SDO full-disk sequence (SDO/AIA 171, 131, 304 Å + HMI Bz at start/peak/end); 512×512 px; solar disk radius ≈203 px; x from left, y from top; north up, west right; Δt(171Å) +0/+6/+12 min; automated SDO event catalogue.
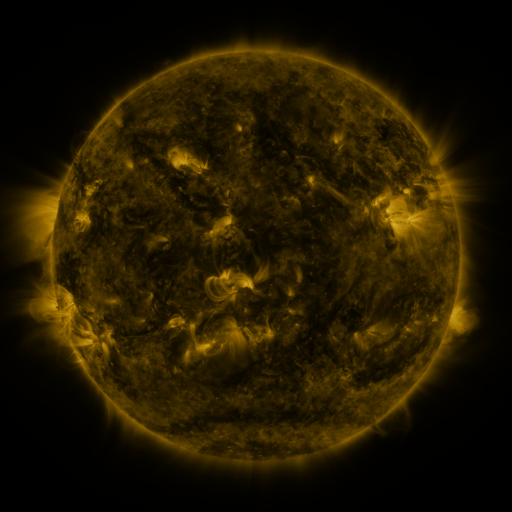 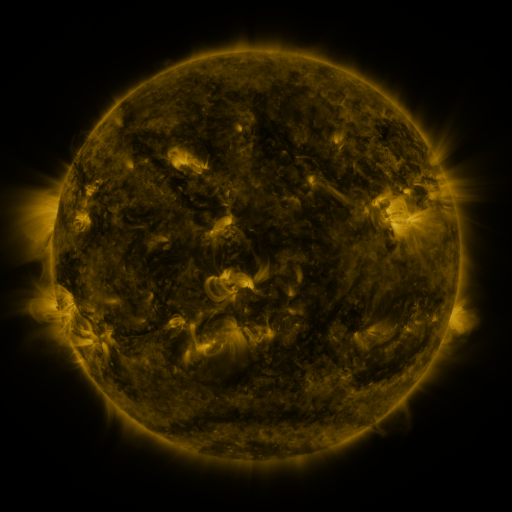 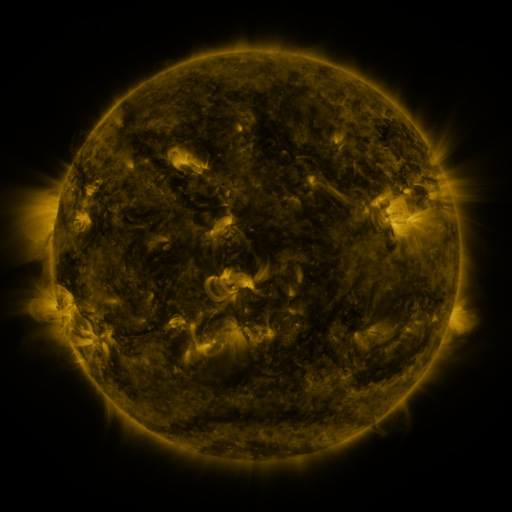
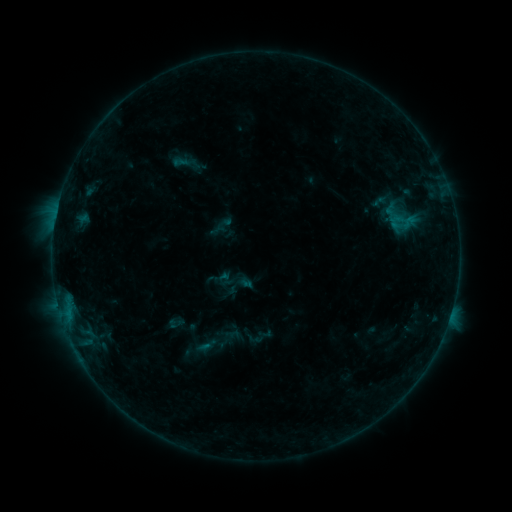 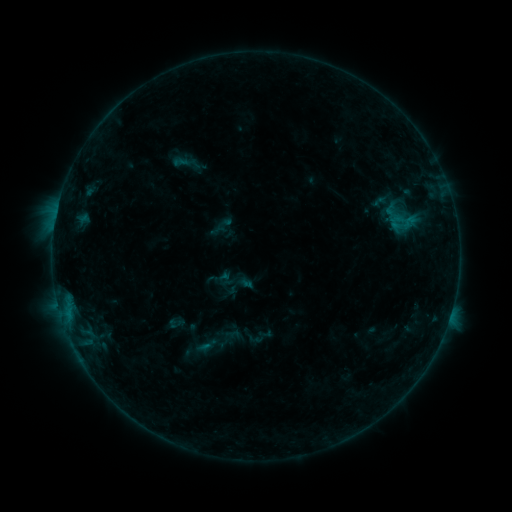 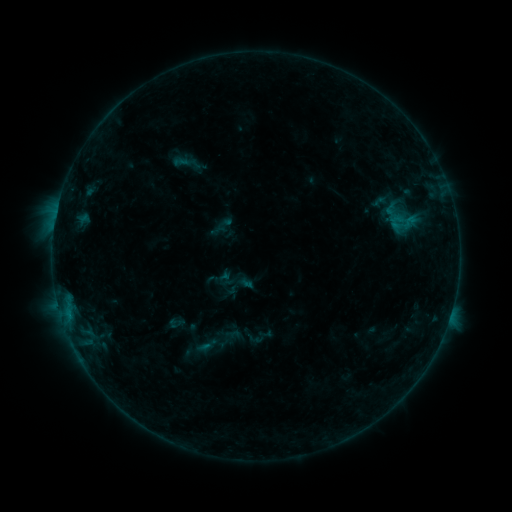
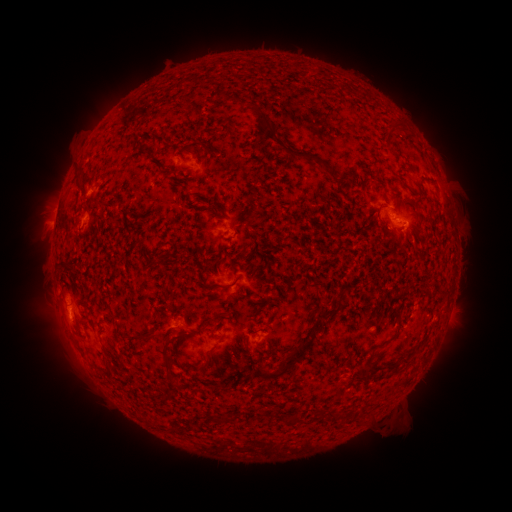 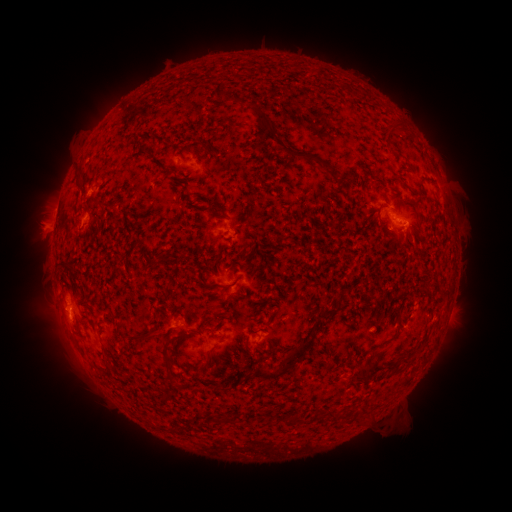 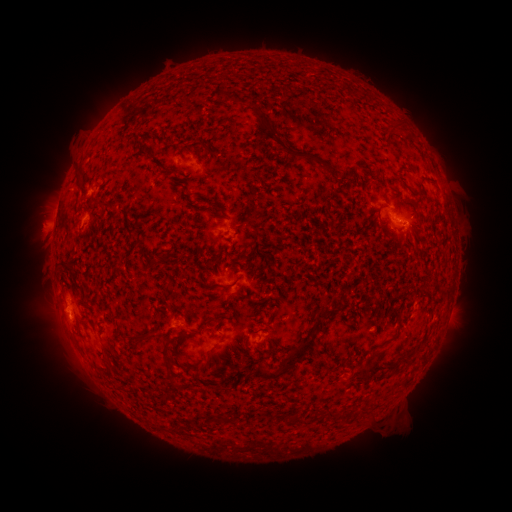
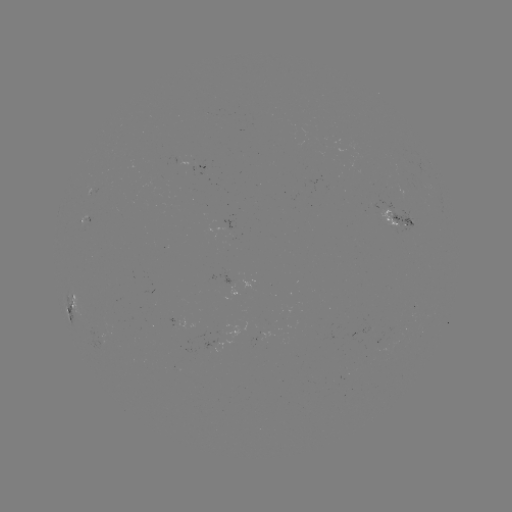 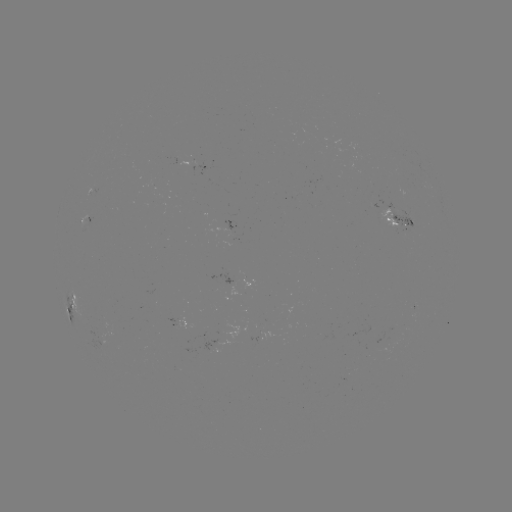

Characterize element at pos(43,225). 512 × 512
eruption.